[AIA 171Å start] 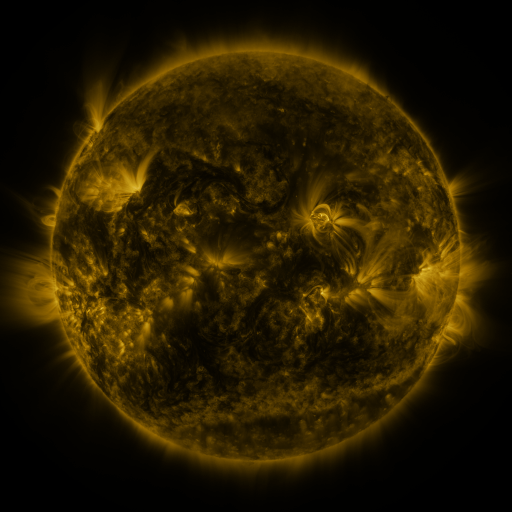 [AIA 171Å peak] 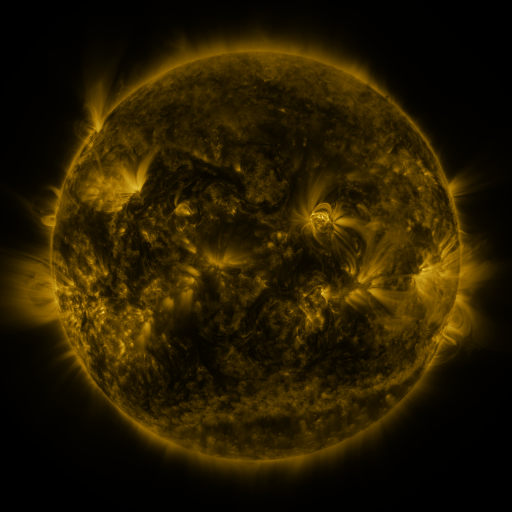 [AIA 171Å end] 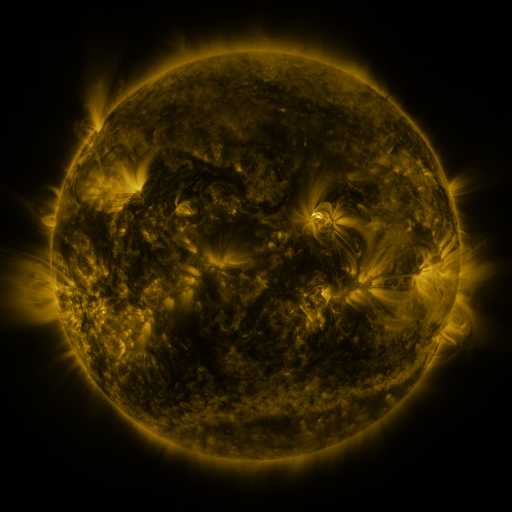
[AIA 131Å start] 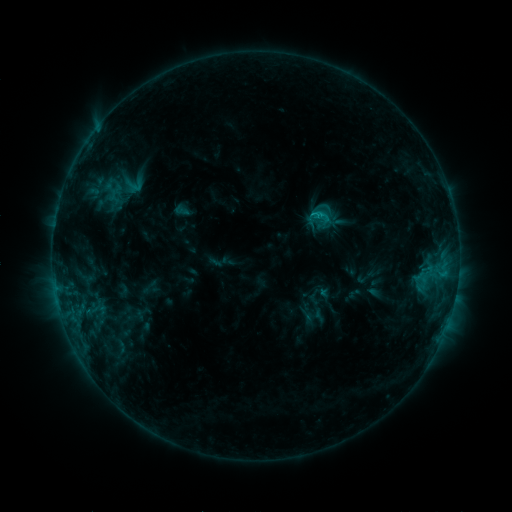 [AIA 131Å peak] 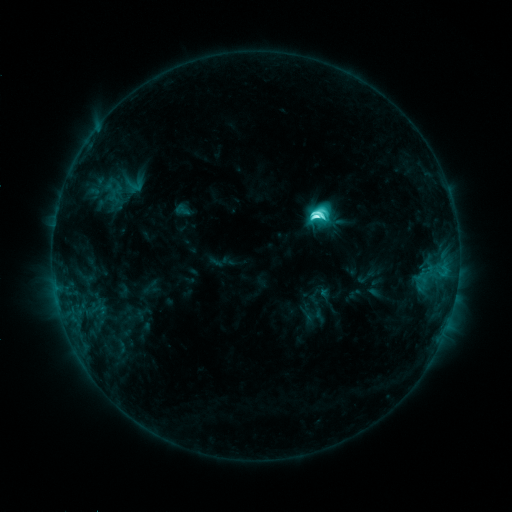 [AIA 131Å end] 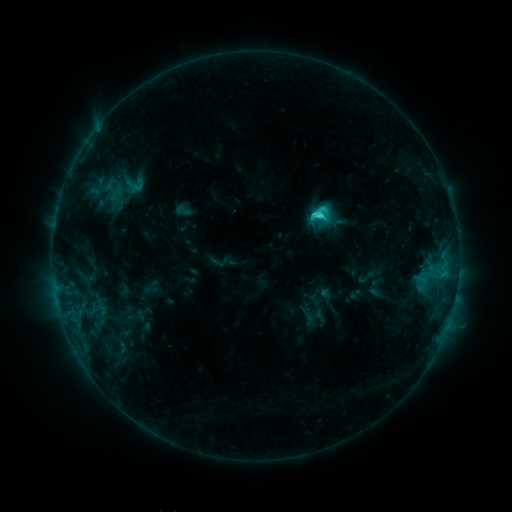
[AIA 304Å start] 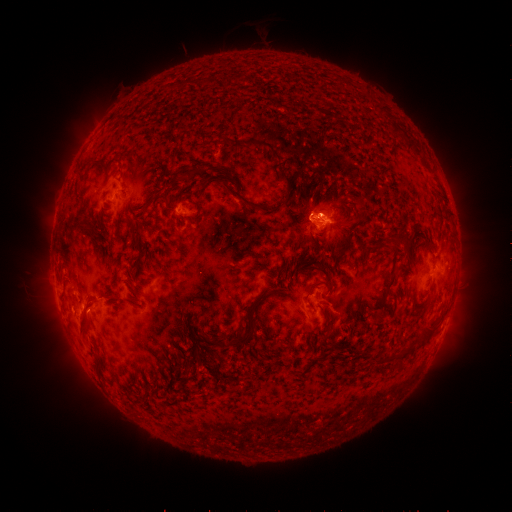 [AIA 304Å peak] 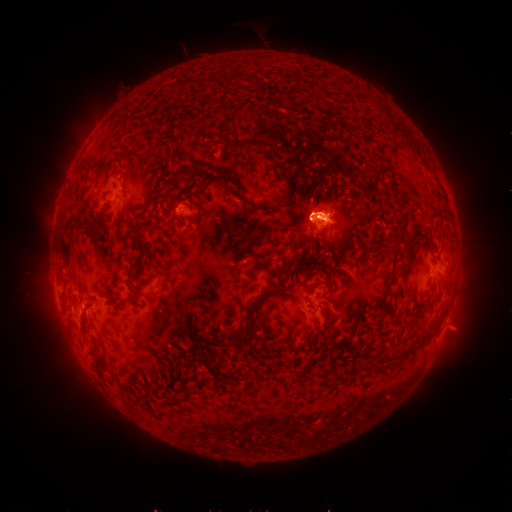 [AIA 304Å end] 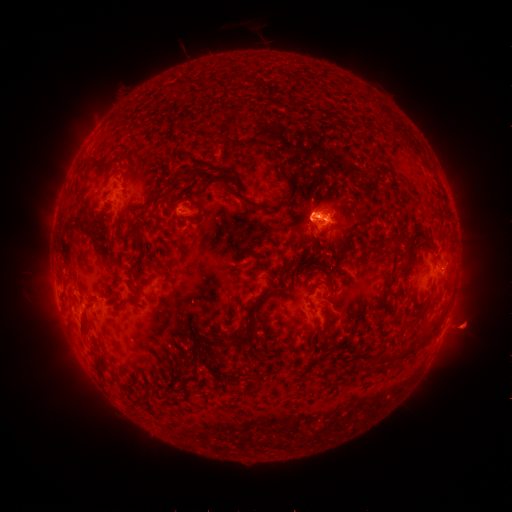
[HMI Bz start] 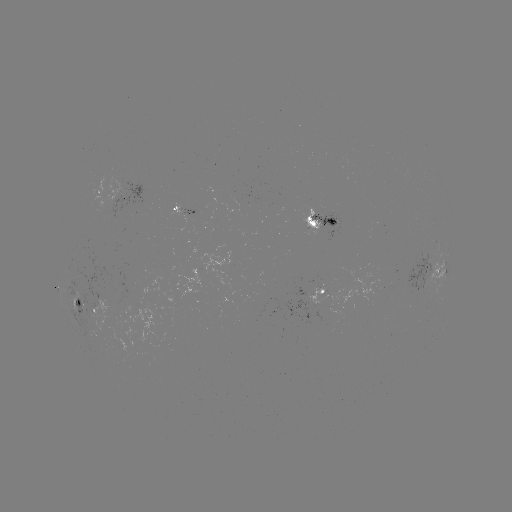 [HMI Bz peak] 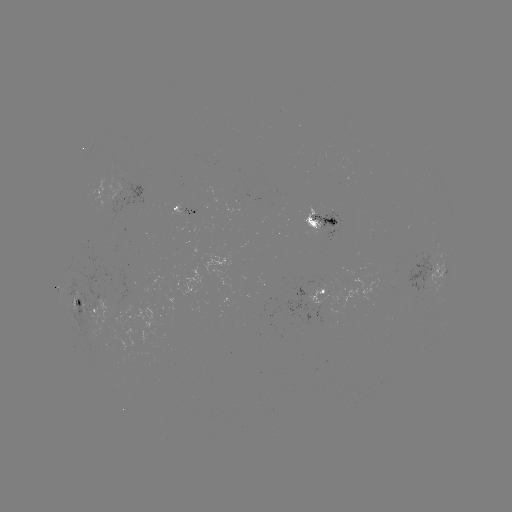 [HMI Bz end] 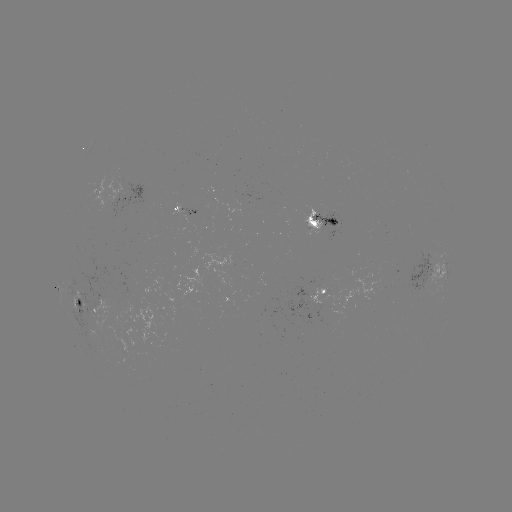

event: flare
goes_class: C9.6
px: (315, 217)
